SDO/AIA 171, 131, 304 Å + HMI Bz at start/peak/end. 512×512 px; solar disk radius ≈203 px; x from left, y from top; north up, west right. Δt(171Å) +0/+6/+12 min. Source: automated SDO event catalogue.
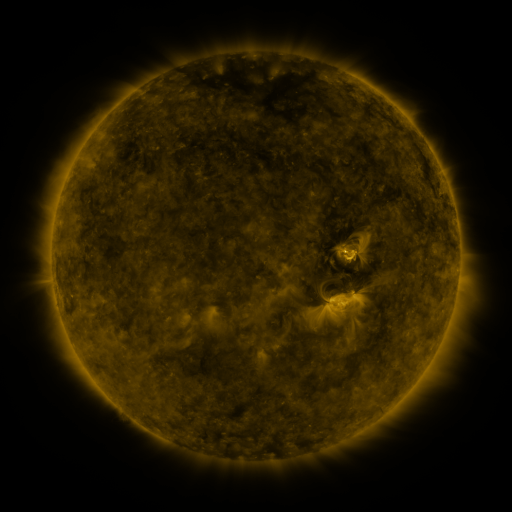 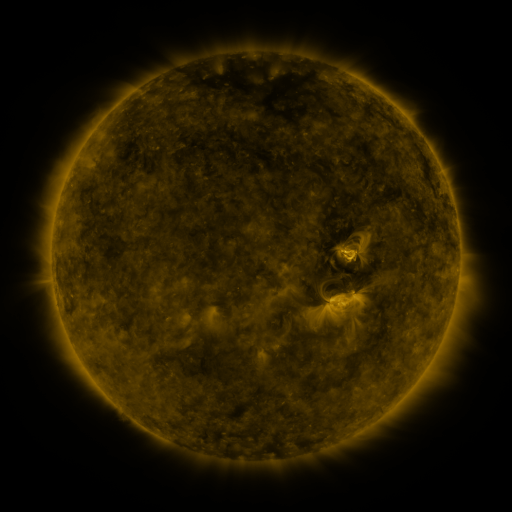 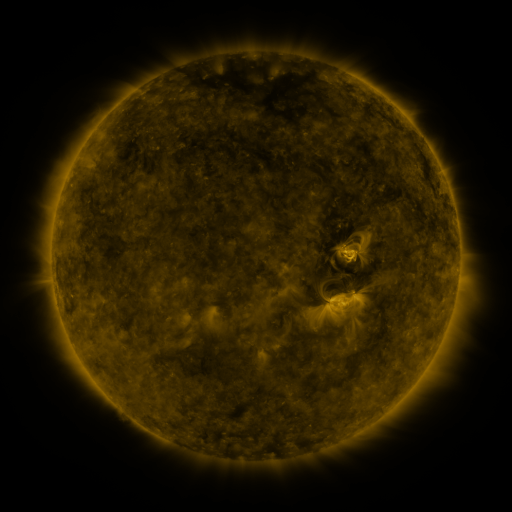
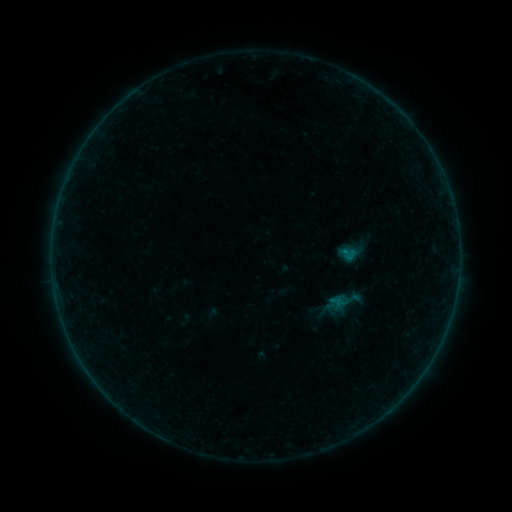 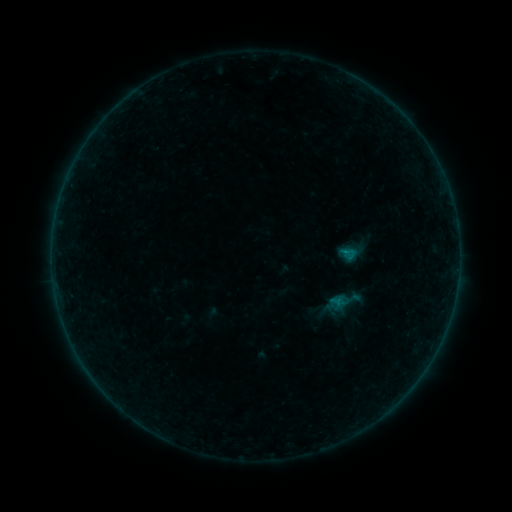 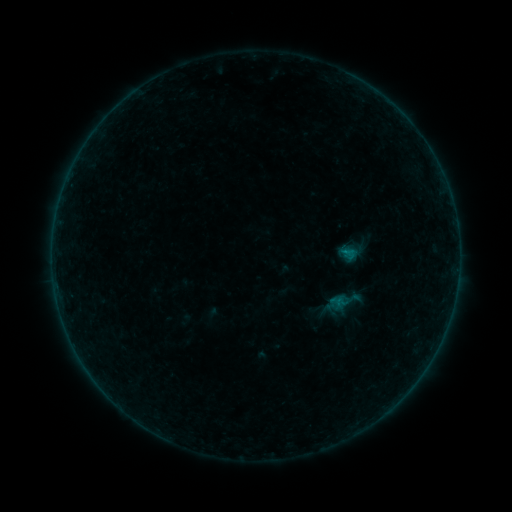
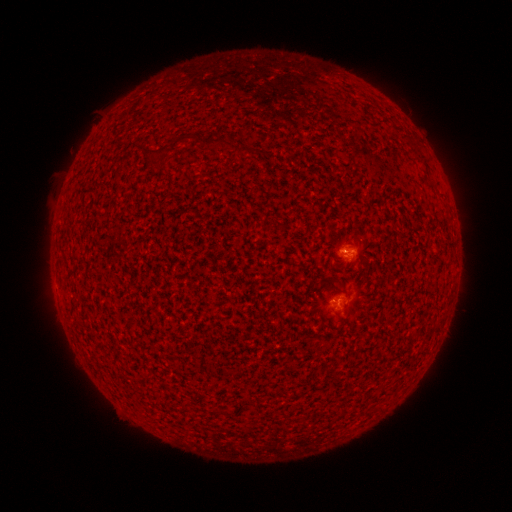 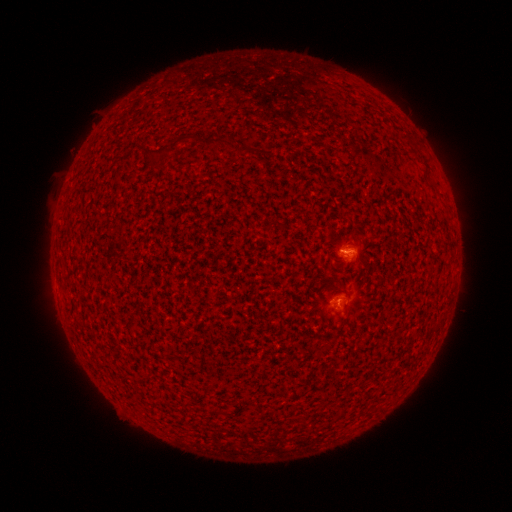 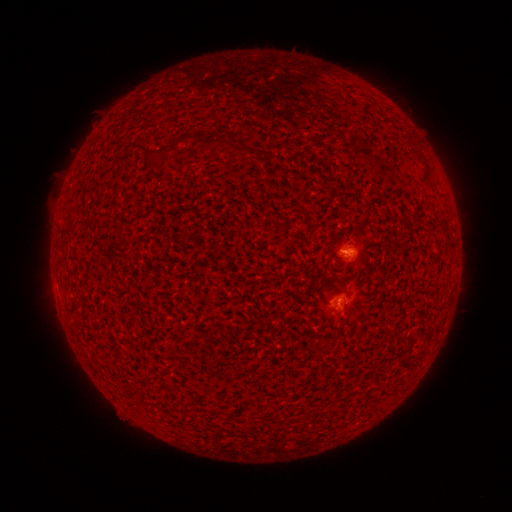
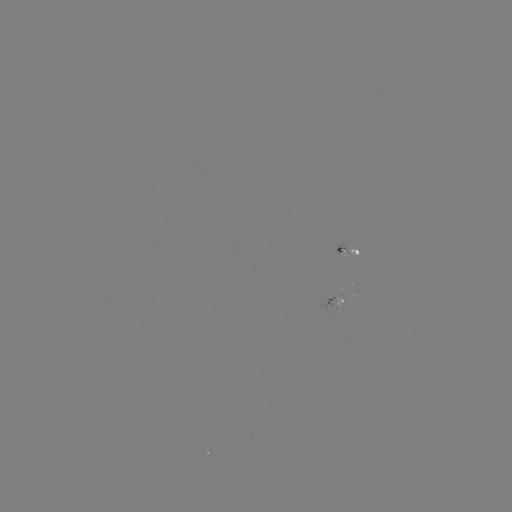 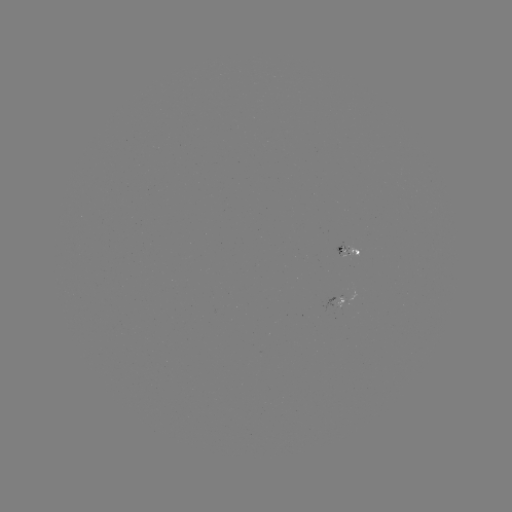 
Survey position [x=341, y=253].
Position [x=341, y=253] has B1.4 flare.